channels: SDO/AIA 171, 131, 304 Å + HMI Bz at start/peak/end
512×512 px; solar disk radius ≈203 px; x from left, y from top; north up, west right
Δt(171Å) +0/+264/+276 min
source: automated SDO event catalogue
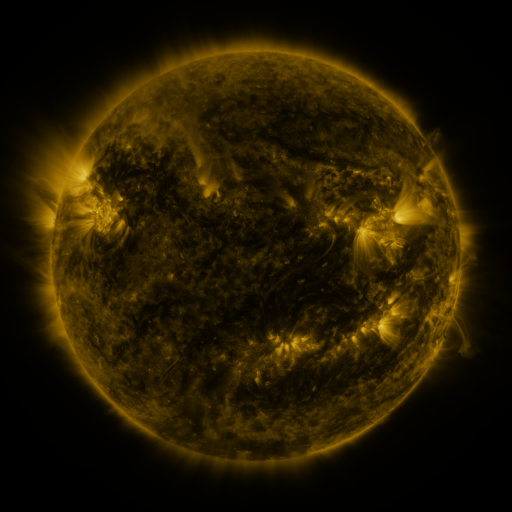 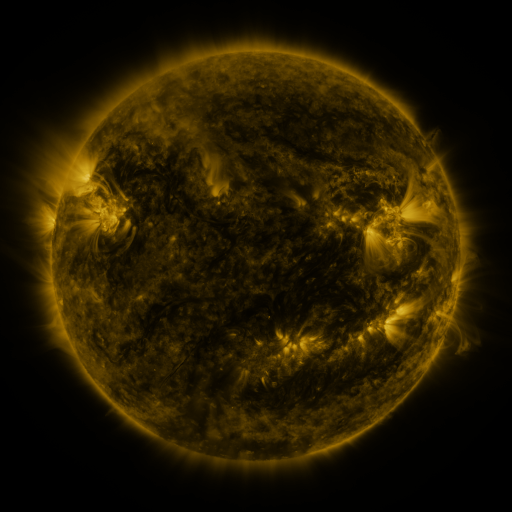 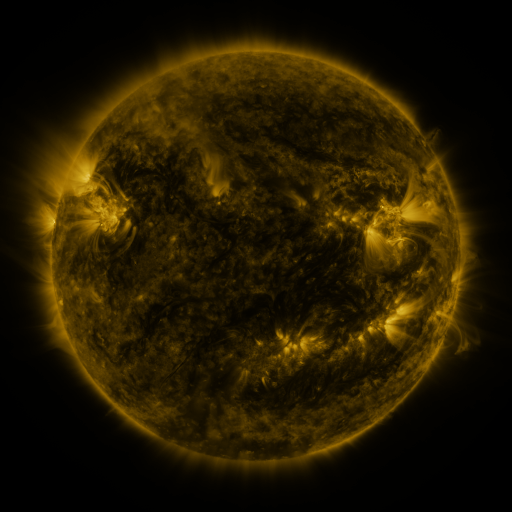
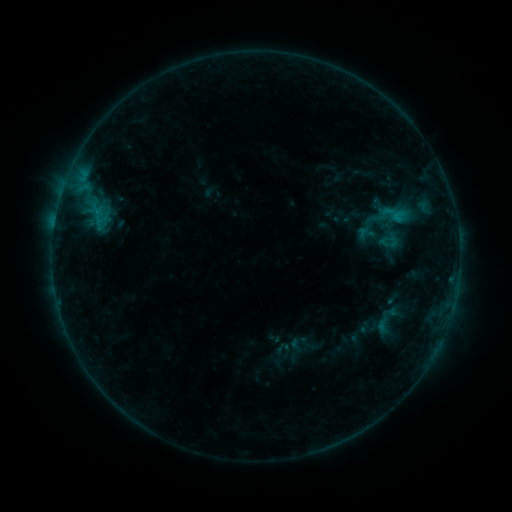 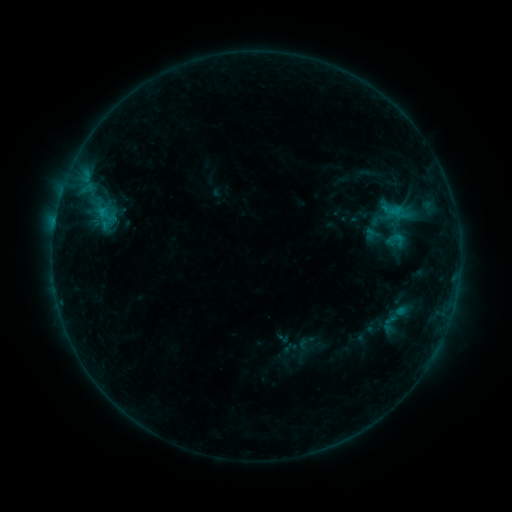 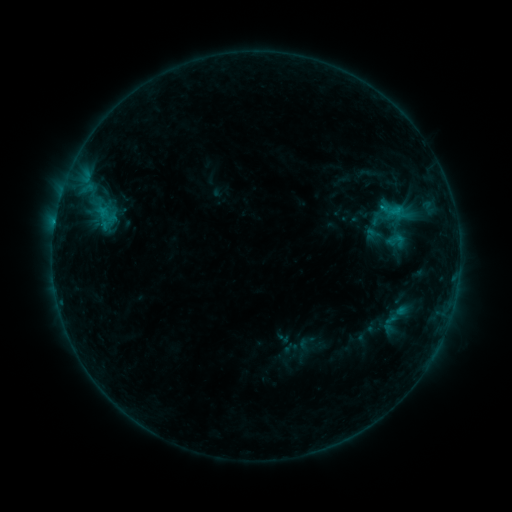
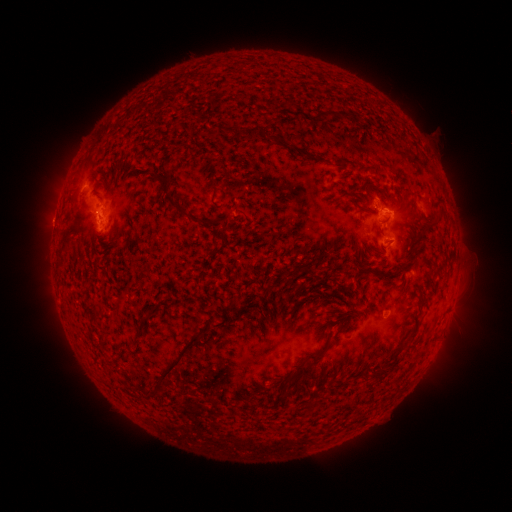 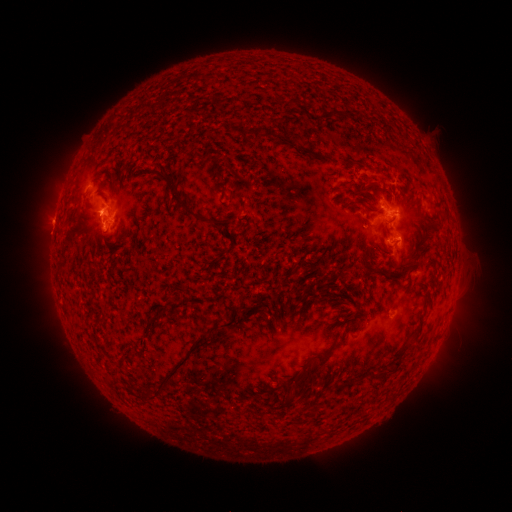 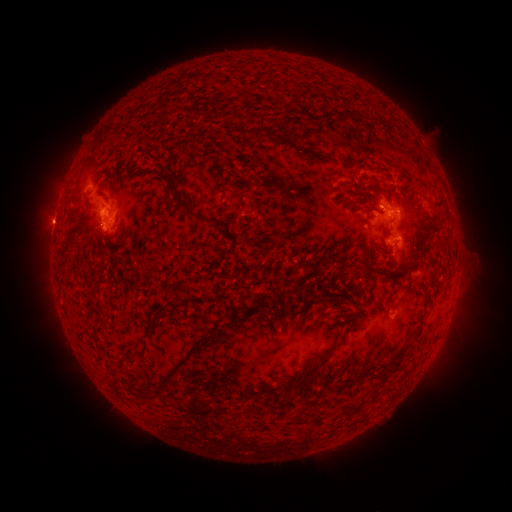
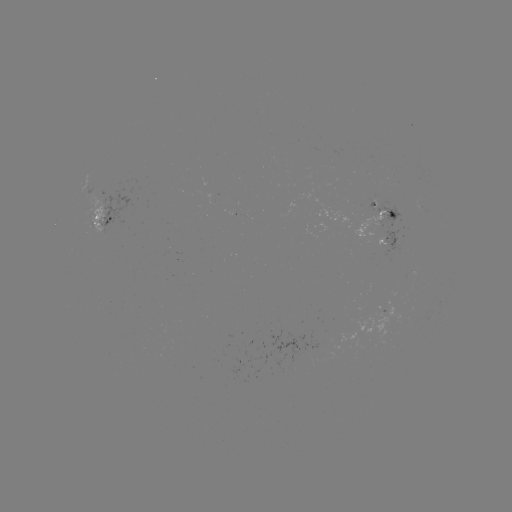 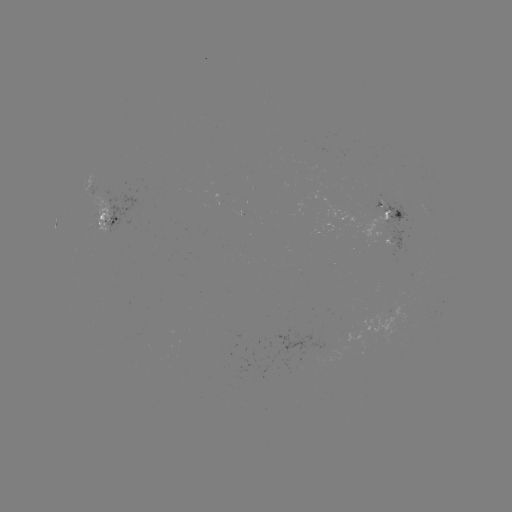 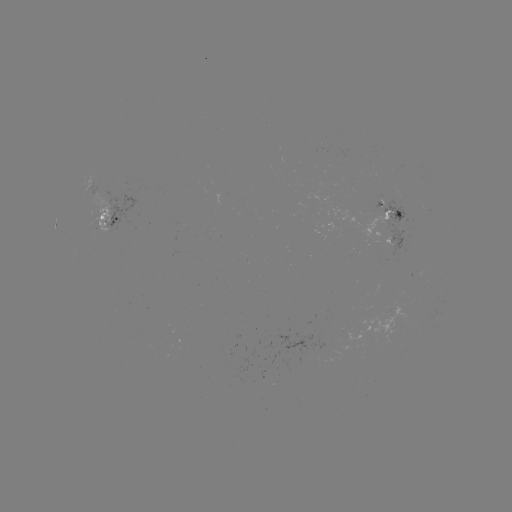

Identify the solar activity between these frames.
emerging-flux region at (108, 222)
